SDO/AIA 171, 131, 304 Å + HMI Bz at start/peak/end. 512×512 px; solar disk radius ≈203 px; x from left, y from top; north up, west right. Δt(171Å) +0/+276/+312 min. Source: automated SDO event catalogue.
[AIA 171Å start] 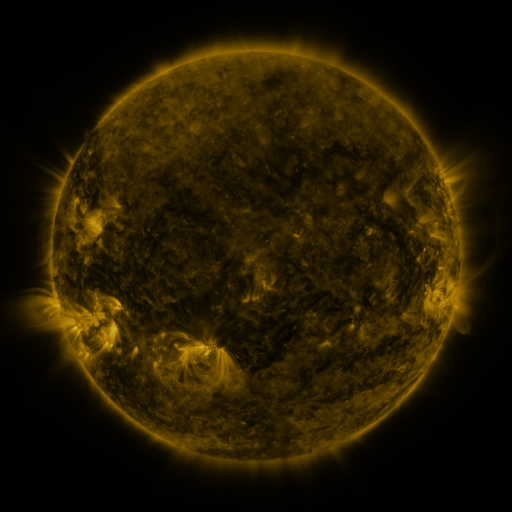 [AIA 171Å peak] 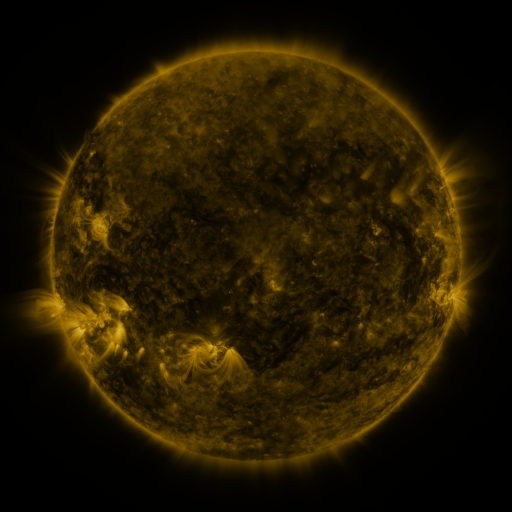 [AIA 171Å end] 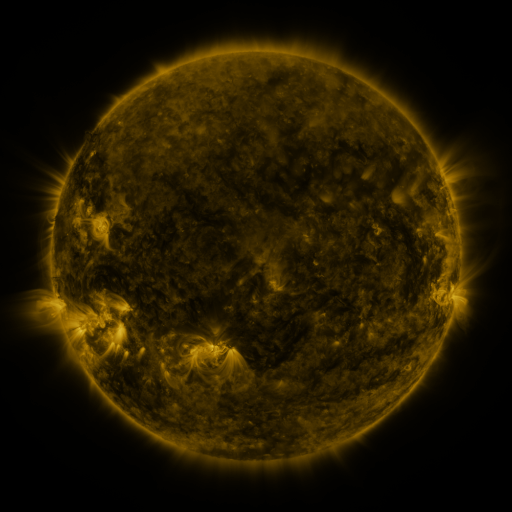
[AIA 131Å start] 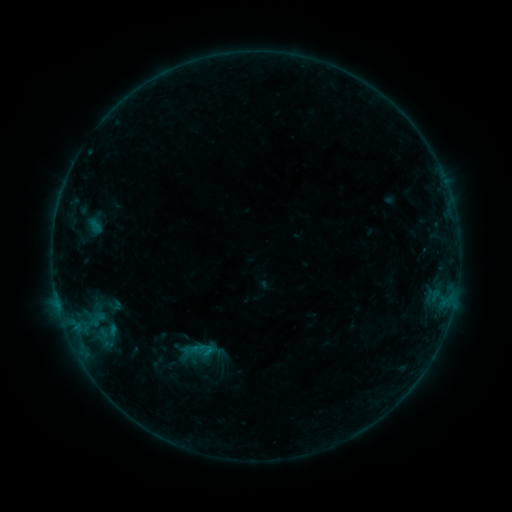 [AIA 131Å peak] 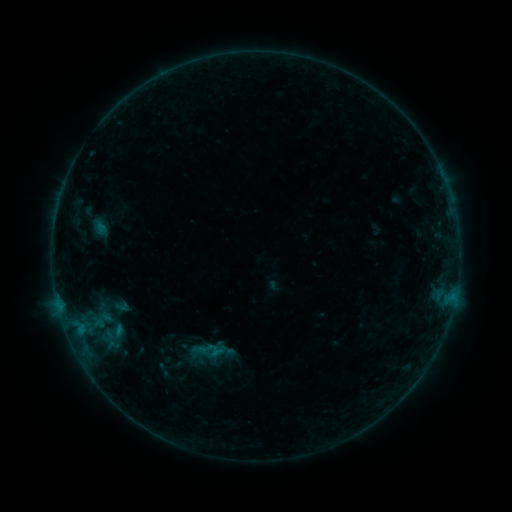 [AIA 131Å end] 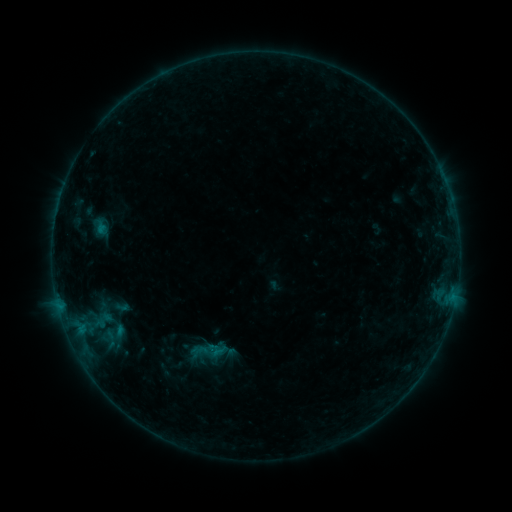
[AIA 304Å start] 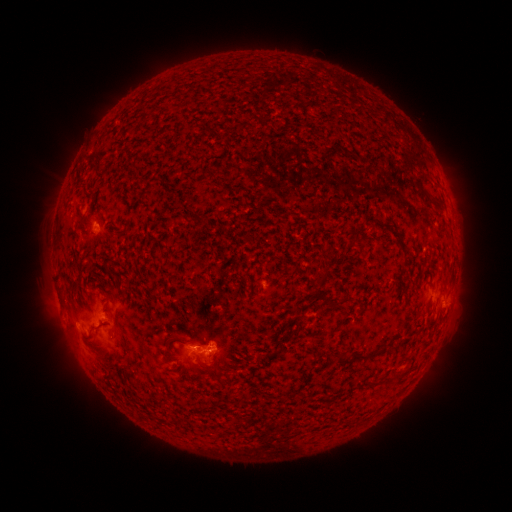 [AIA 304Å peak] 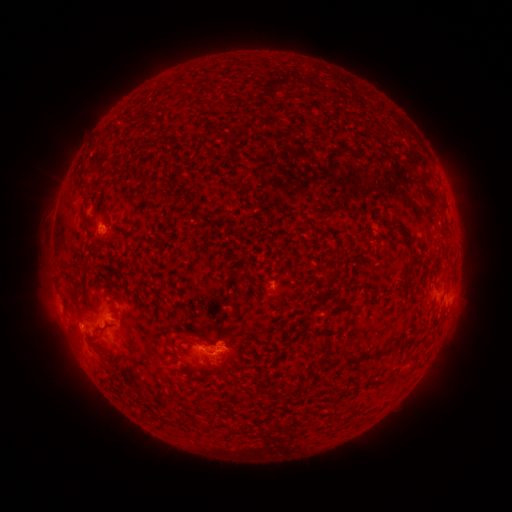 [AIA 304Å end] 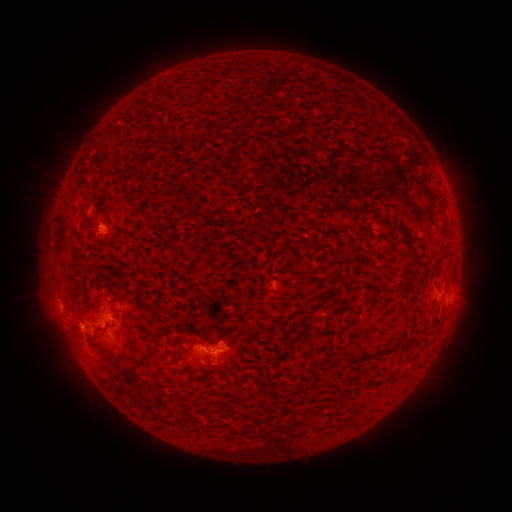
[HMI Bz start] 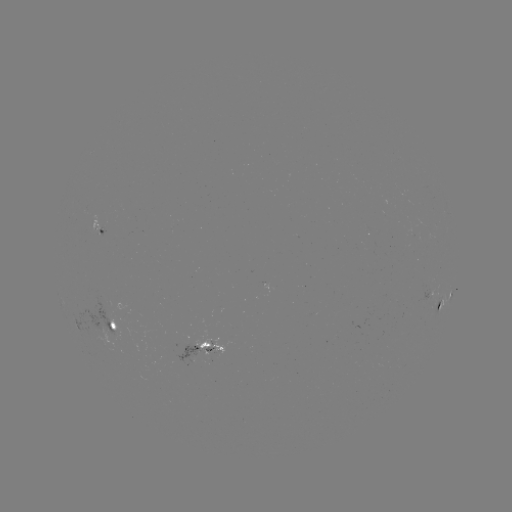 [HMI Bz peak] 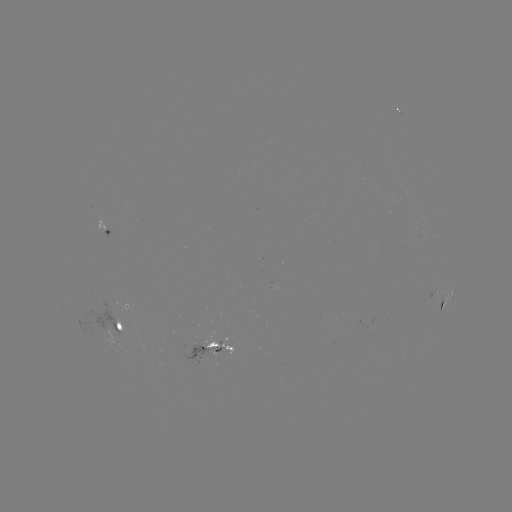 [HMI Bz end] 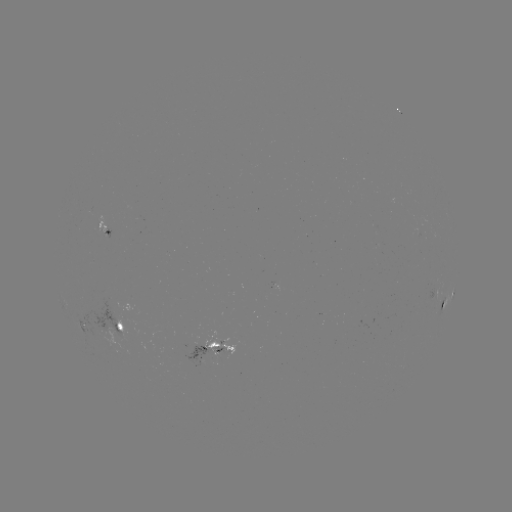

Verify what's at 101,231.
emerging-flux region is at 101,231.